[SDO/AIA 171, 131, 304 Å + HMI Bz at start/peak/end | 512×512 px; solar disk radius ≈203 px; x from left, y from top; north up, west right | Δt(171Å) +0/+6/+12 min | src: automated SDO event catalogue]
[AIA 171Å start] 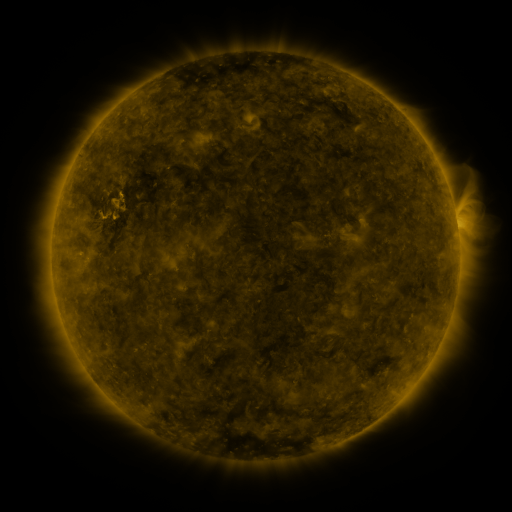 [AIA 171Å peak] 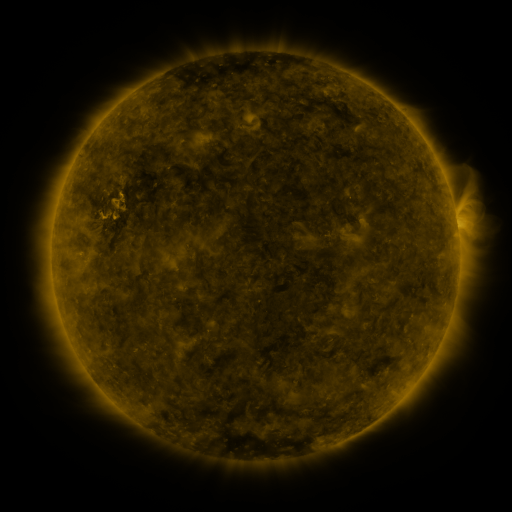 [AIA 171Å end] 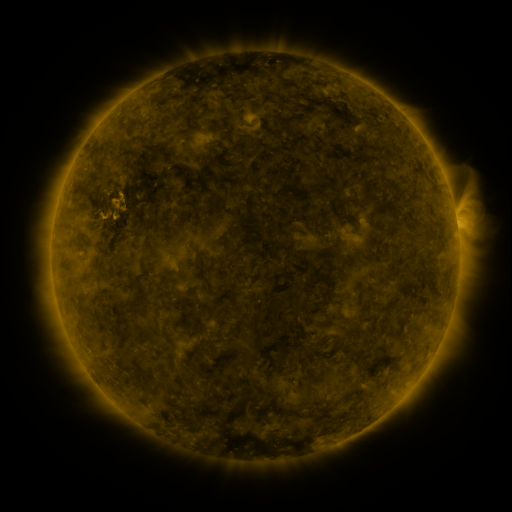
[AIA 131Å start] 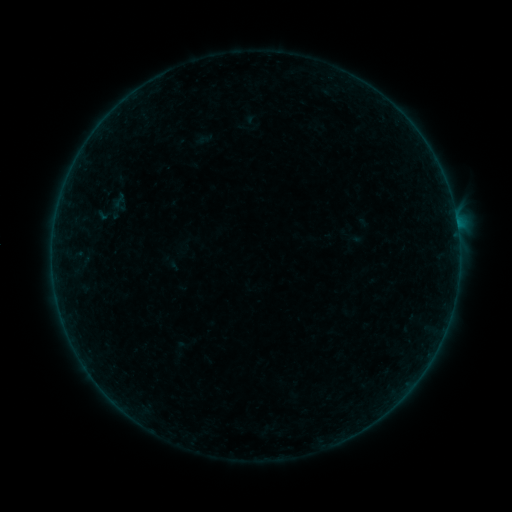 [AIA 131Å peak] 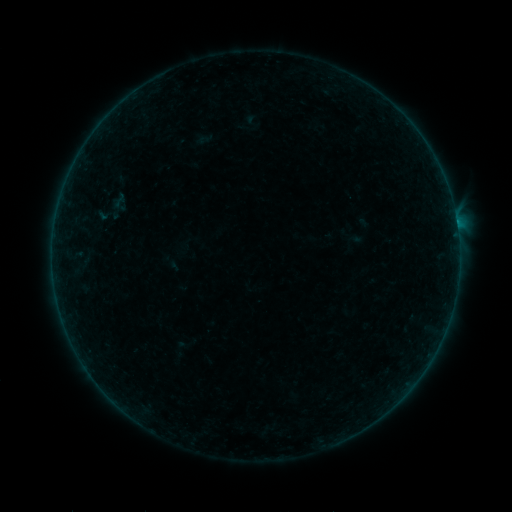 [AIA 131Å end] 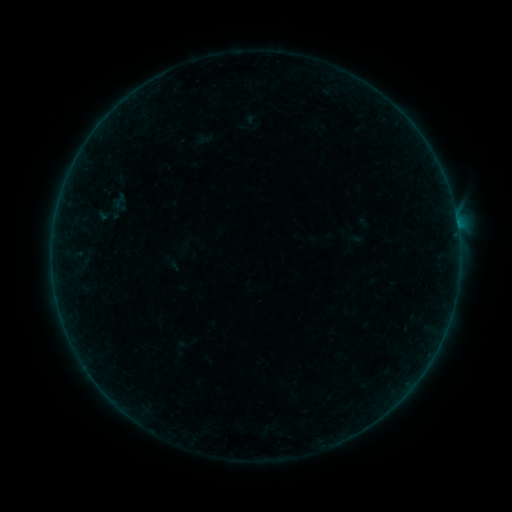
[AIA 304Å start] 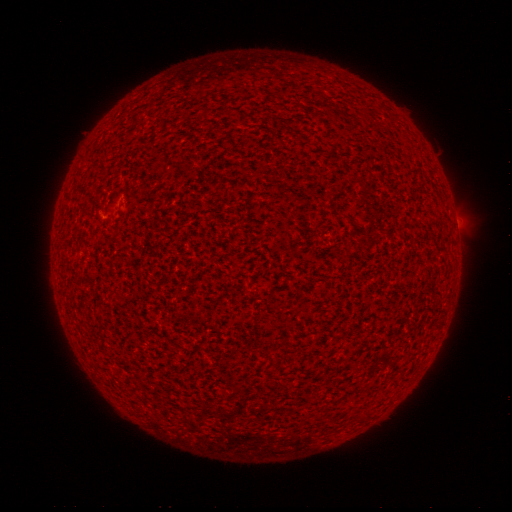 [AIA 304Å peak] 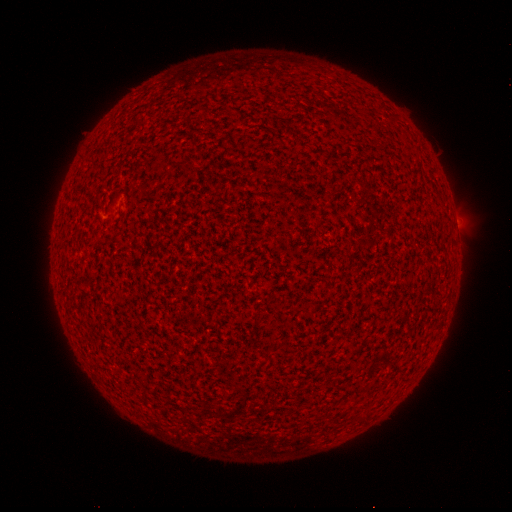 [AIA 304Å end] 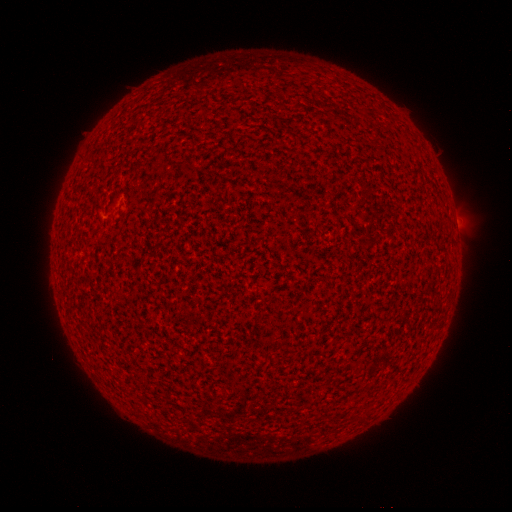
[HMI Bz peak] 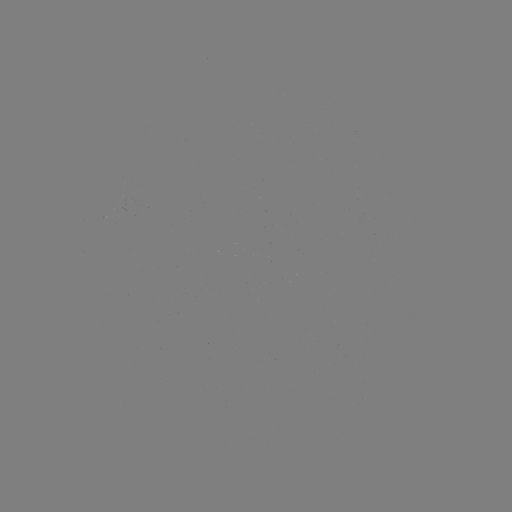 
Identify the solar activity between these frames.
B1.1 flare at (456, 224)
